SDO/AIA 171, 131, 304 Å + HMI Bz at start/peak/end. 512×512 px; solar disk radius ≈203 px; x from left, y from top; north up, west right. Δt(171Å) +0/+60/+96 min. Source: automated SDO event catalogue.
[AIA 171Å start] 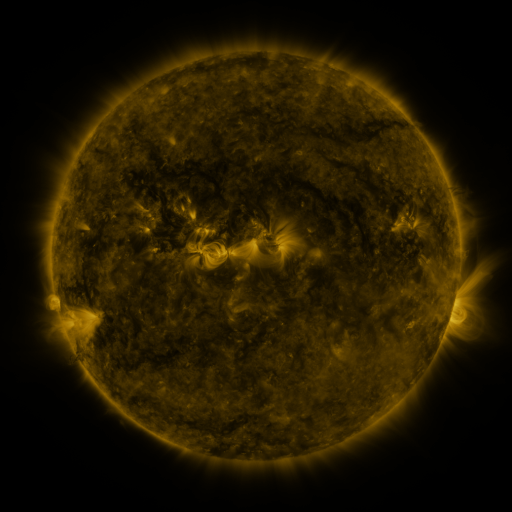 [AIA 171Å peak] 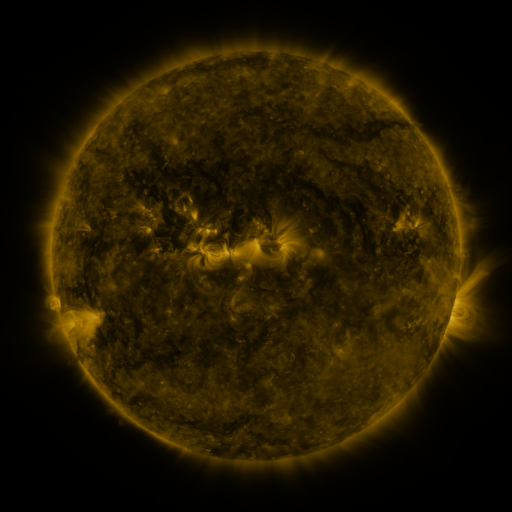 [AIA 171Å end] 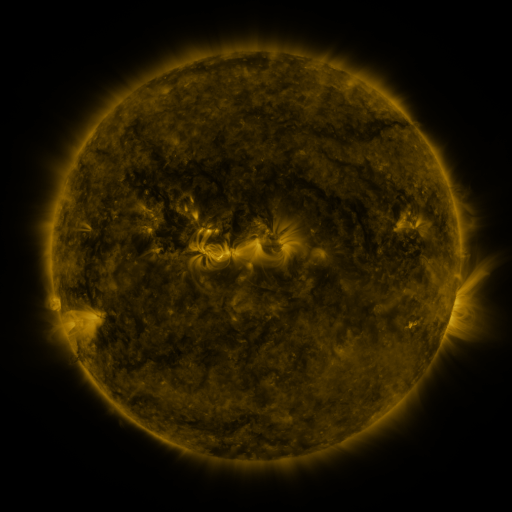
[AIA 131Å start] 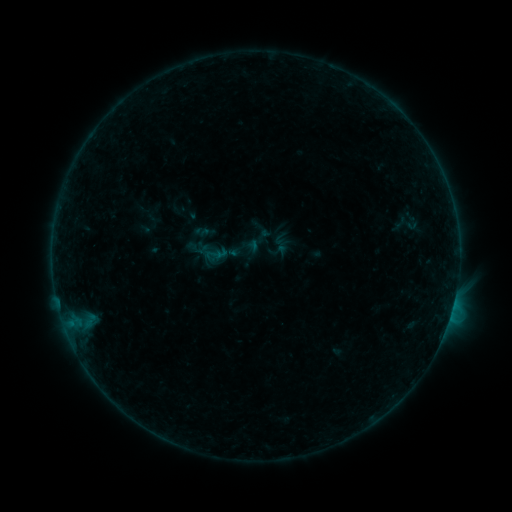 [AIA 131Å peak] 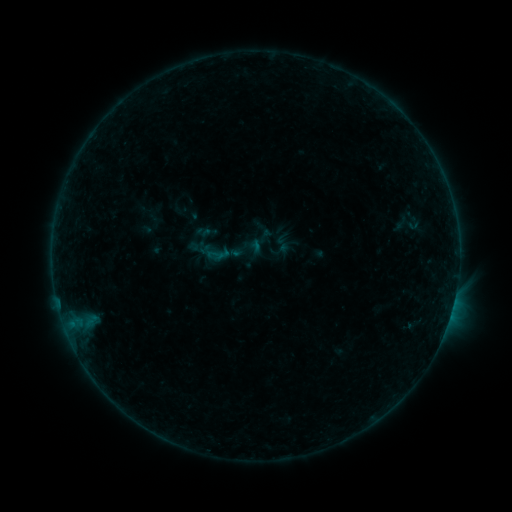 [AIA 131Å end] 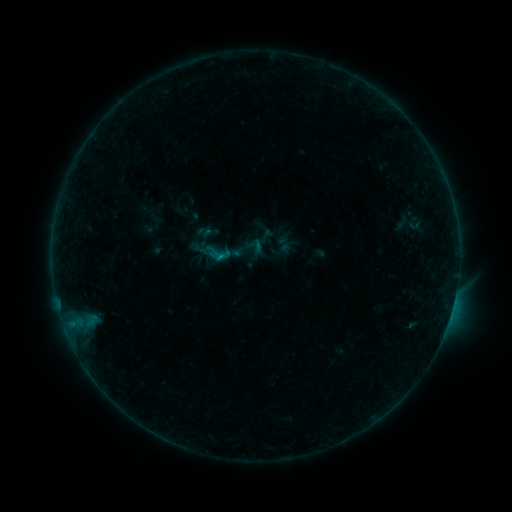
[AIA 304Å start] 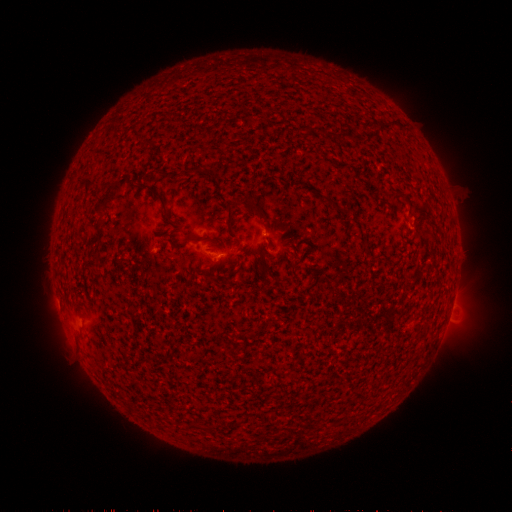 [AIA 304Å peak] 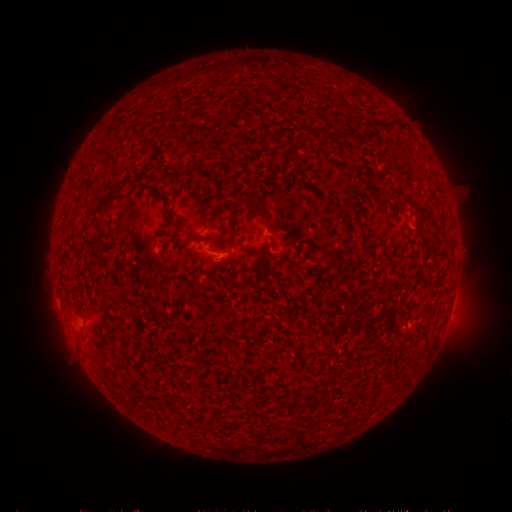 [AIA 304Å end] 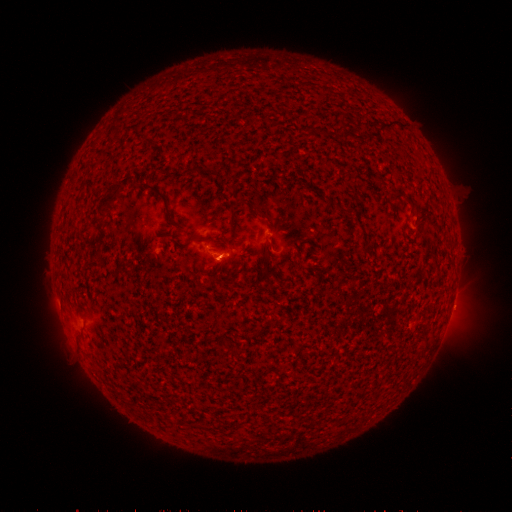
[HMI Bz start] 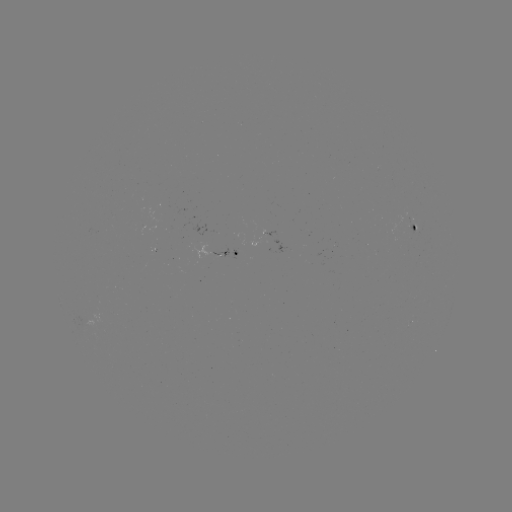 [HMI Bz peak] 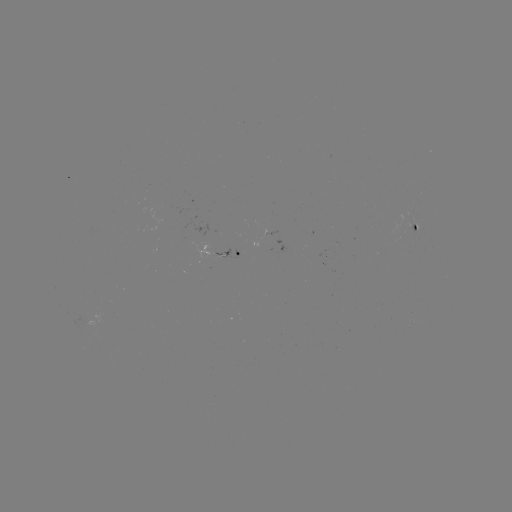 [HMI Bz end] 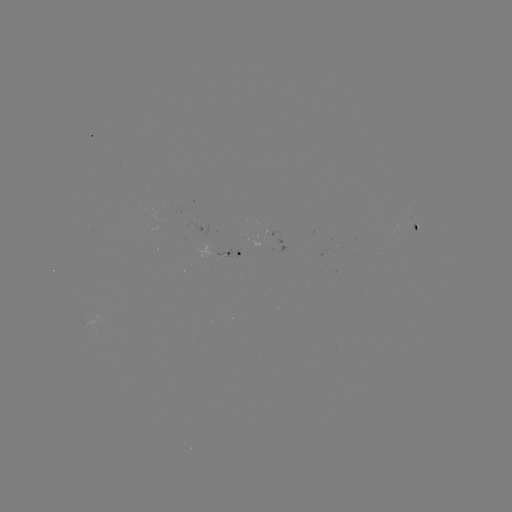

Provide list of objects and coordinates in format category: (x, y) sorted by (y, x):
emerging-flux region: (416, 225)
